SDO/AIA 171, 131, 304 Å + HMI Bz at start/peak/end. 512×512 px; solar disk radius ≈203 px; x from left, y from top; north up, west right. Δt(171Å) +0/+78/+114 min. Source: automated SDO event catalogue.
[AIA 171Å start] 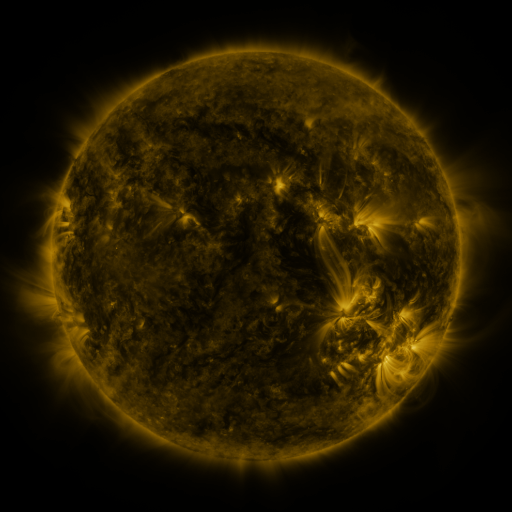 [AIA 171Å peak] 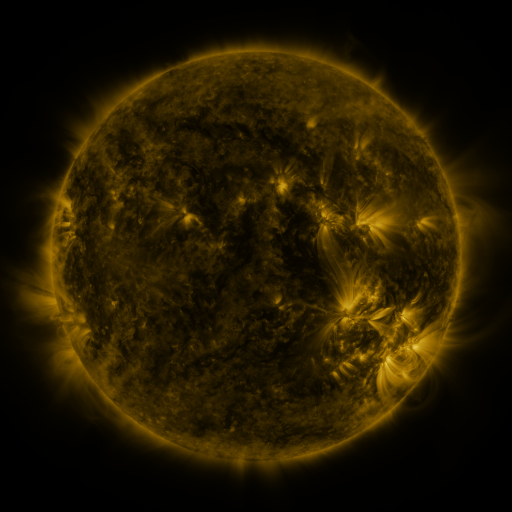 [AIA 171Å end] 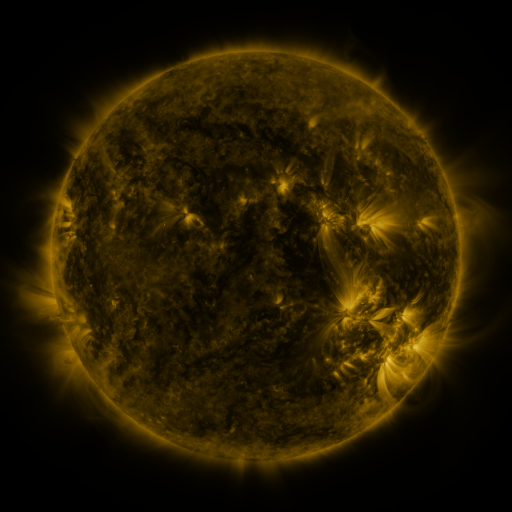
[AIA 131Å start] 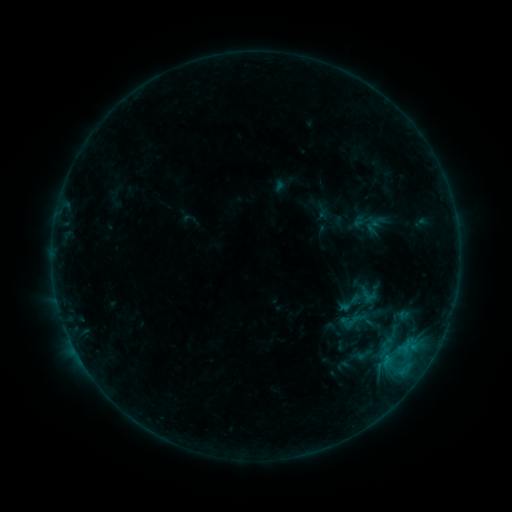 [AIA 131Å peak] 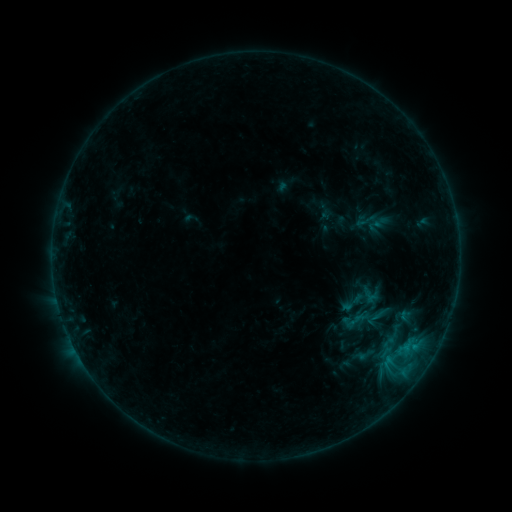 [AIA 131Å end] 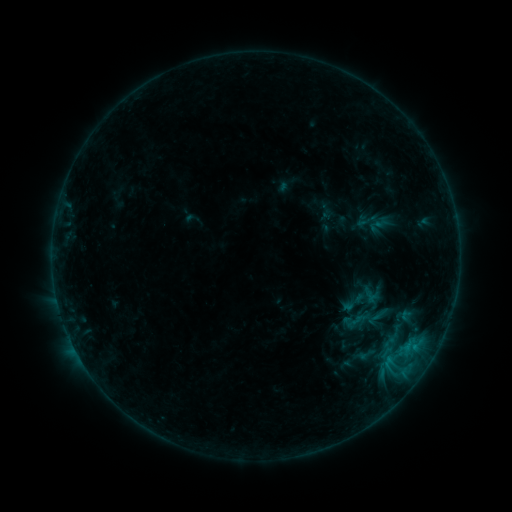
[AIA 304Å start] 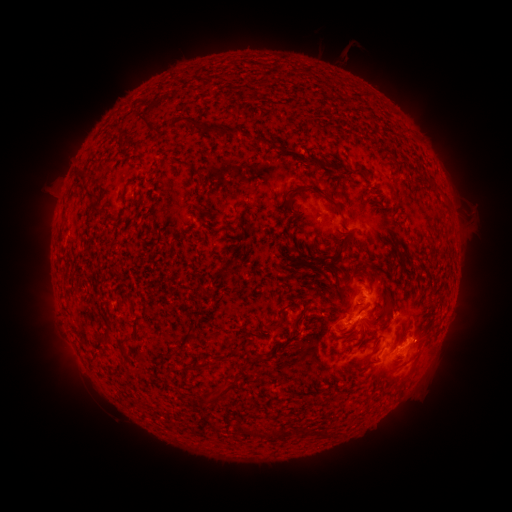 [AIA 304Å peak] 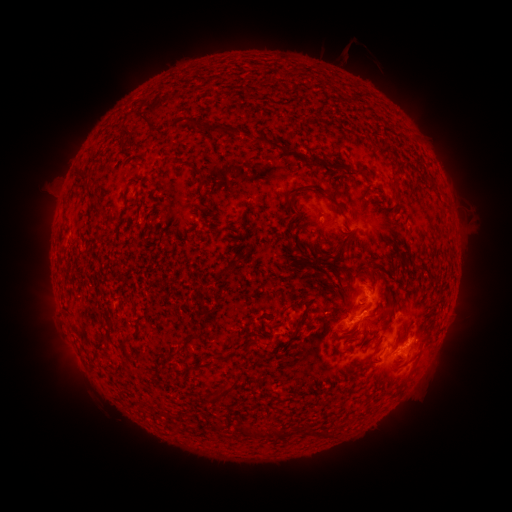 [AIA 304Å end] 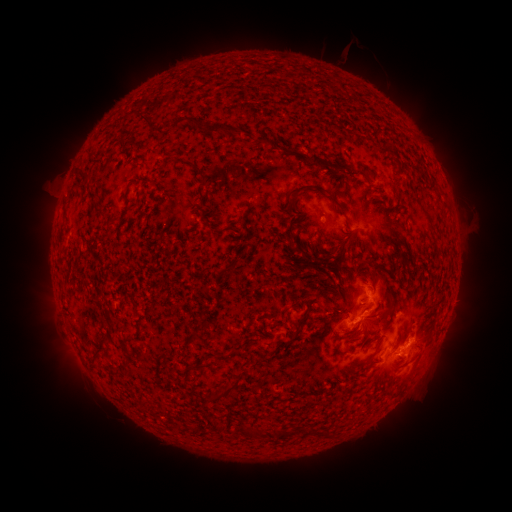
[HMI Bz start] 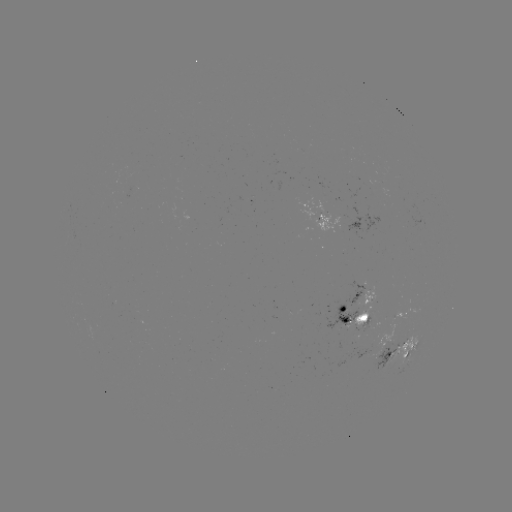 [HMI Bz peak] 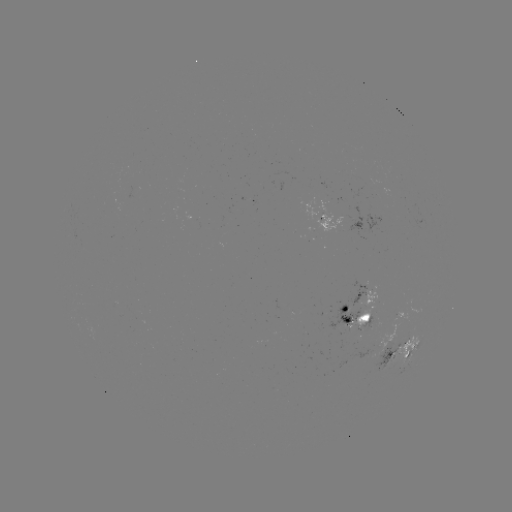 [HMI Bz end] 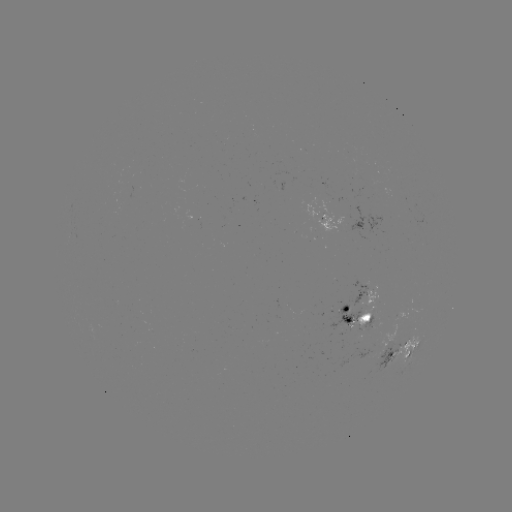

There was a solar emerging-flux region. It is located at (367, 353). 